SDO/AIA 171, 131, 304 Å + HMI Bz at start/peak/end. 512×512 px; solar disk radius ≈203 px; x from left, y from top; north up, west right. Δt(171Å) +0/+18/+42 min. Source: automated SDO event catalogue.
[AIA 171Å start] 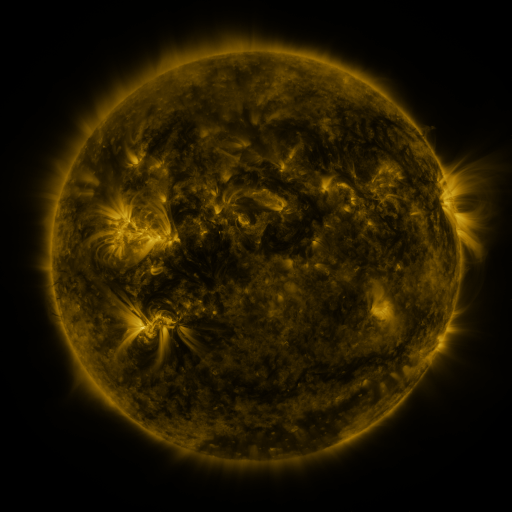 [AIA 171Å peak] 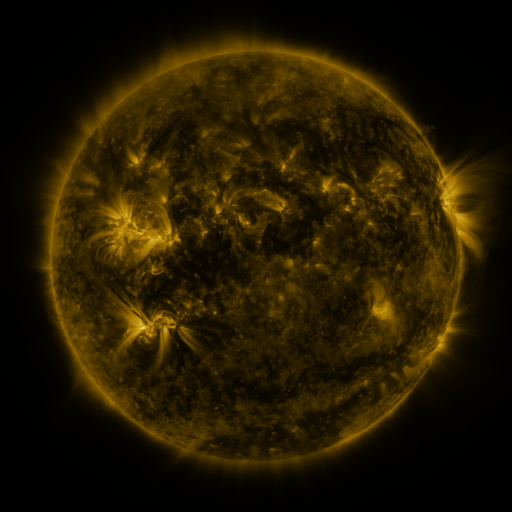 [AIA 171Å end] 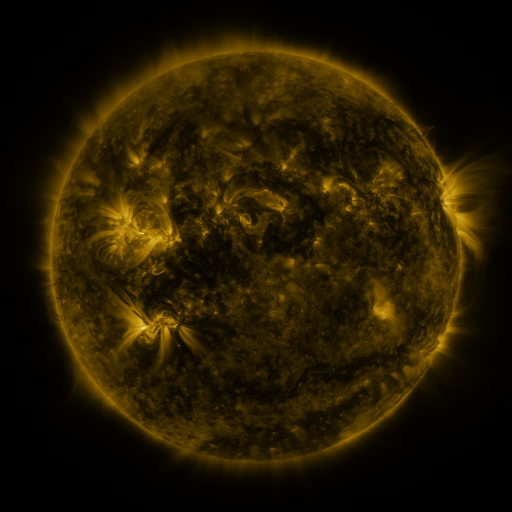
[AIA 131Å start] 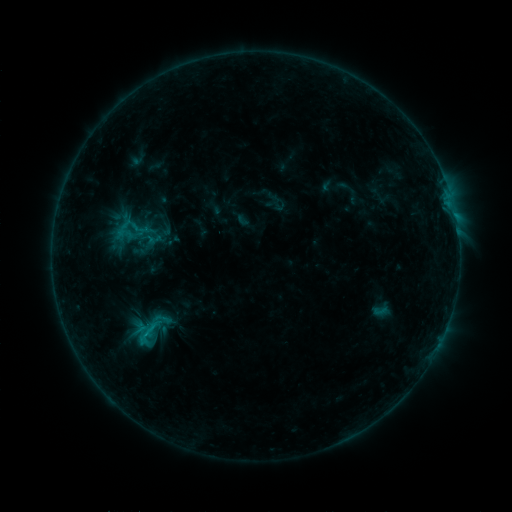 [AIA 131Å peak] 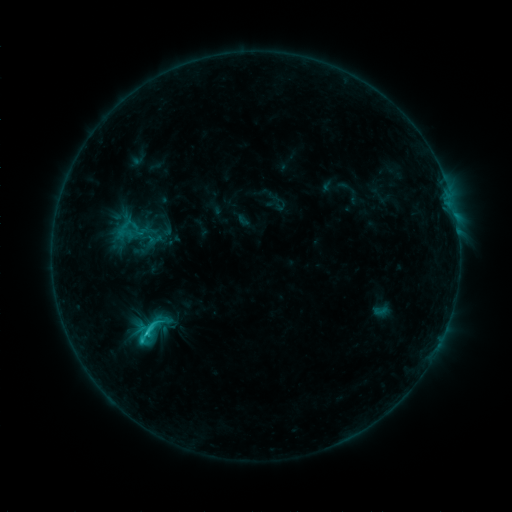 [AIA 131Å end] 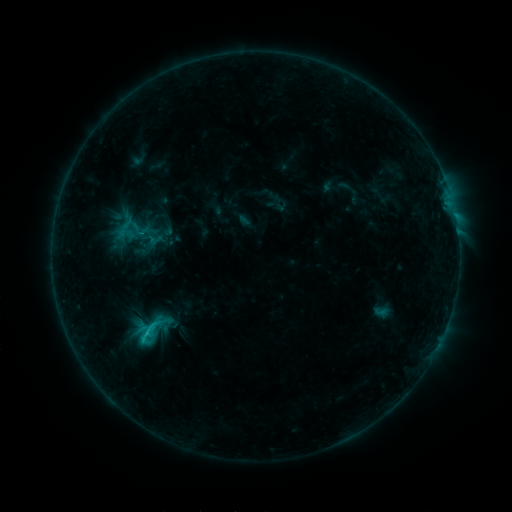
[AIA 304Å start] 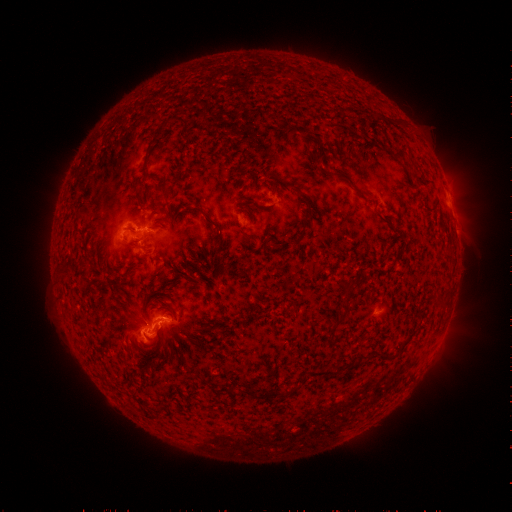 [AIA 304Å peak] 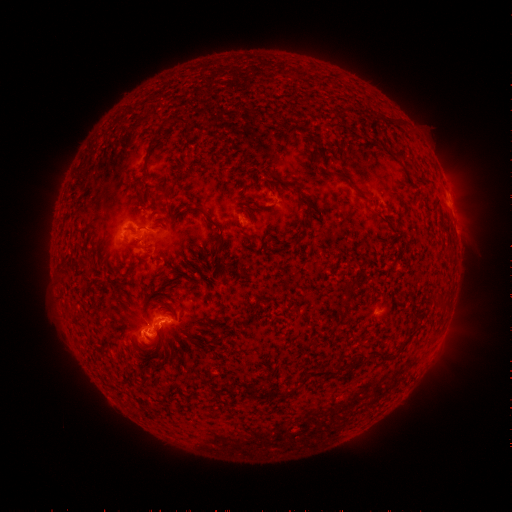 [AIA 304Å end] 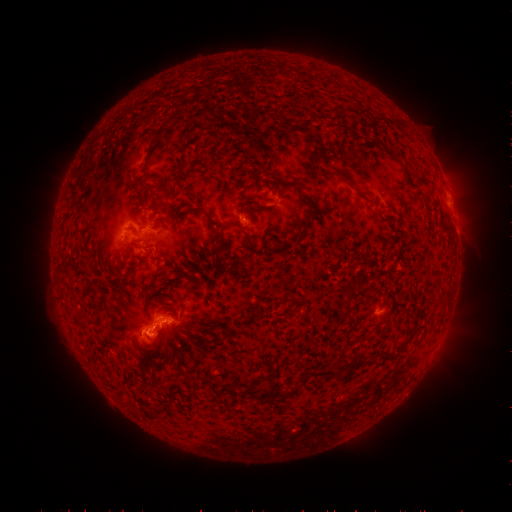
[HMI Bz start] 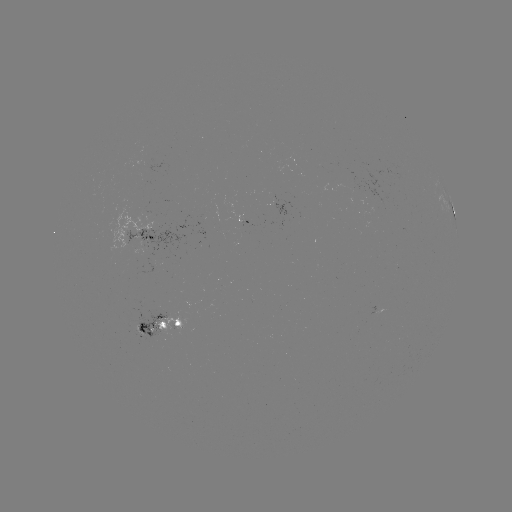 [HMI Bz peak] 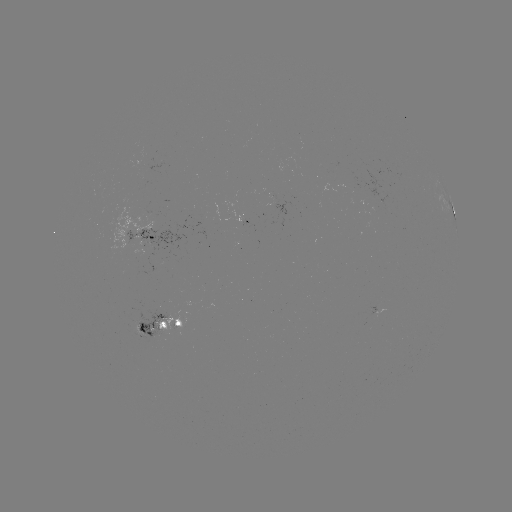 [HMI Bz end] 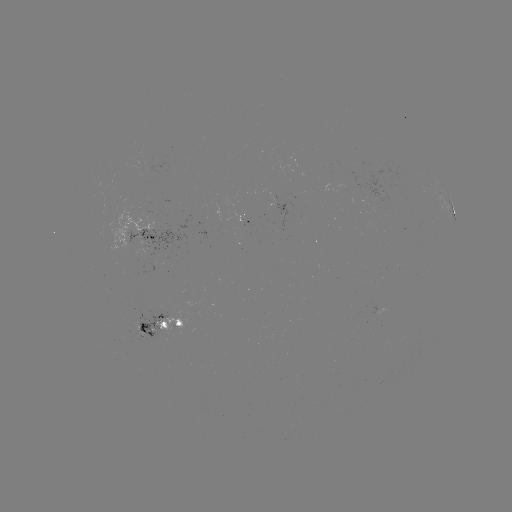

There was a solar flare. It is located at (149, 333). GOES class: C2.0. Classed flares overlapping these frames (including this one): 1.